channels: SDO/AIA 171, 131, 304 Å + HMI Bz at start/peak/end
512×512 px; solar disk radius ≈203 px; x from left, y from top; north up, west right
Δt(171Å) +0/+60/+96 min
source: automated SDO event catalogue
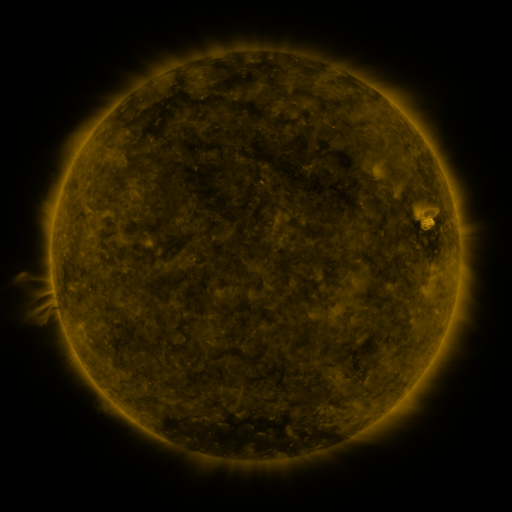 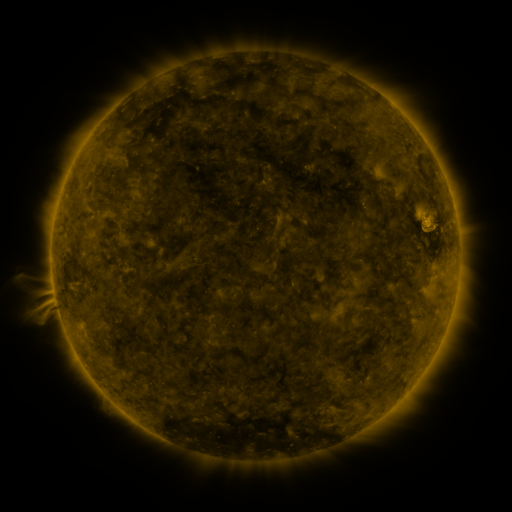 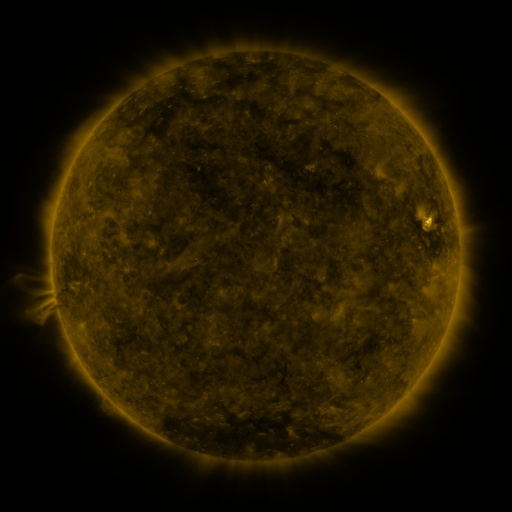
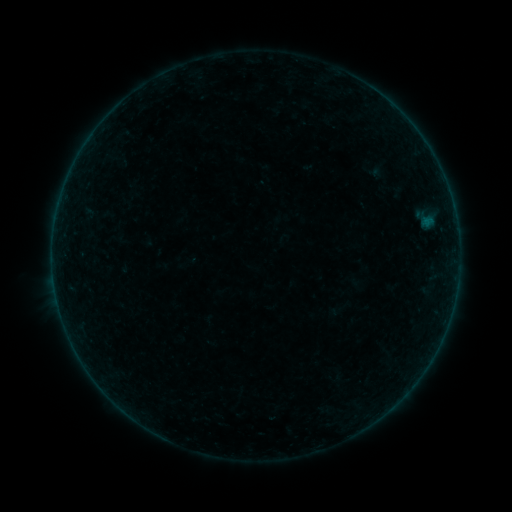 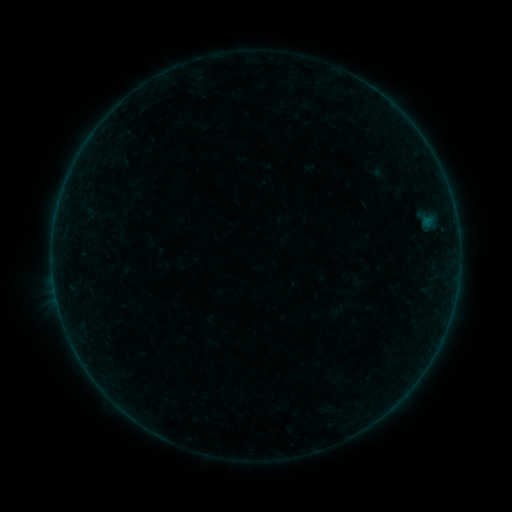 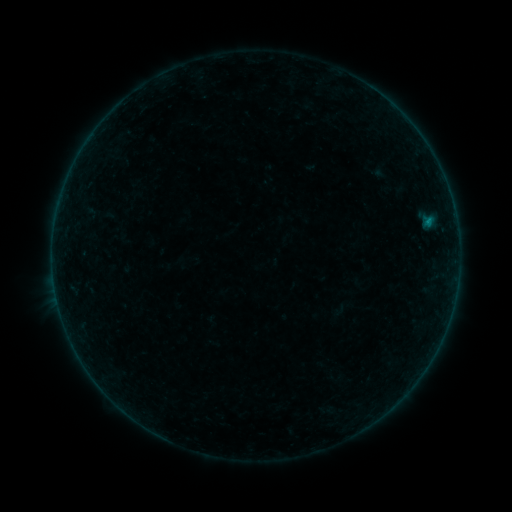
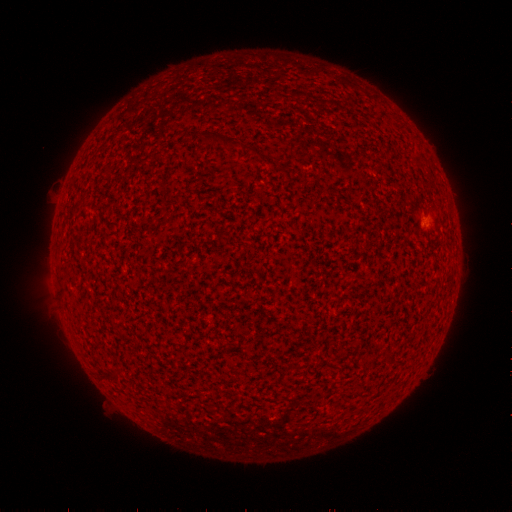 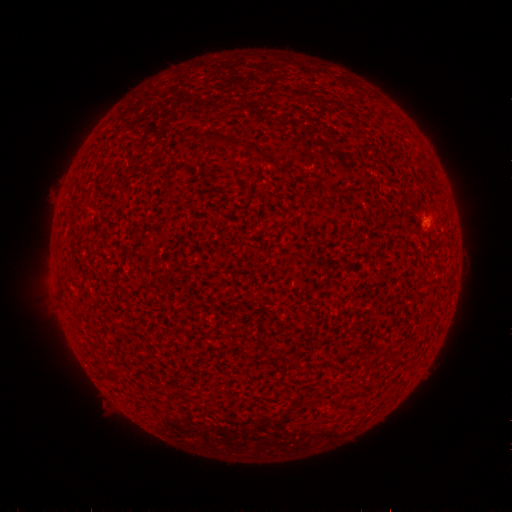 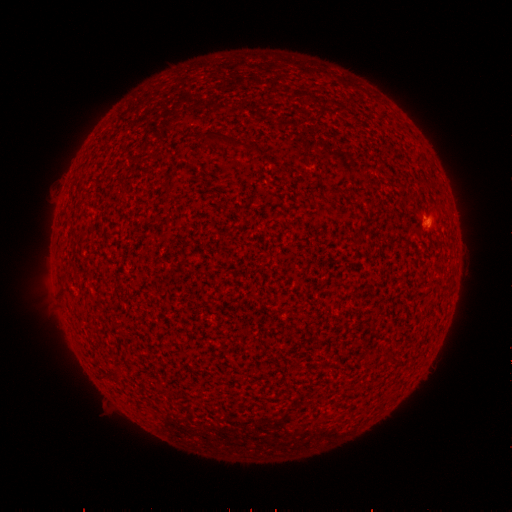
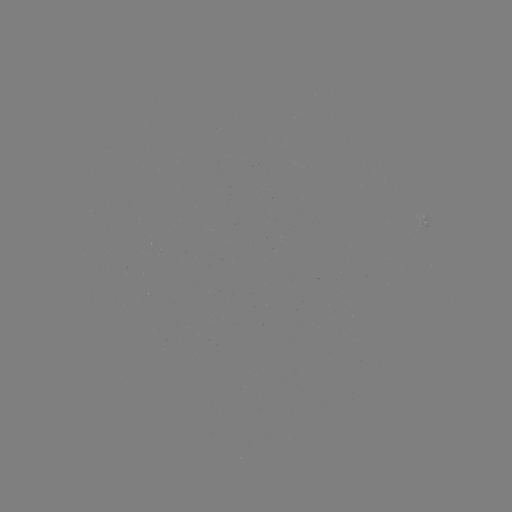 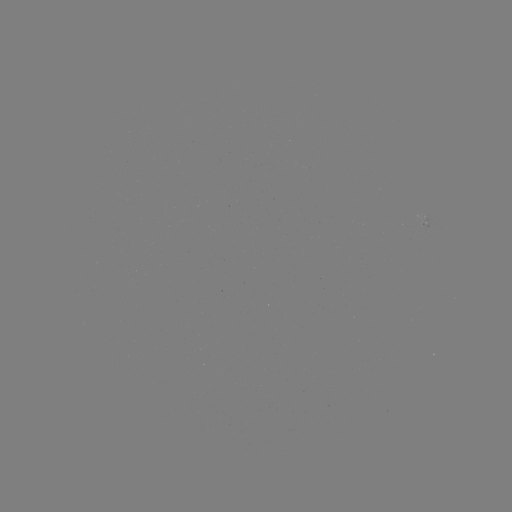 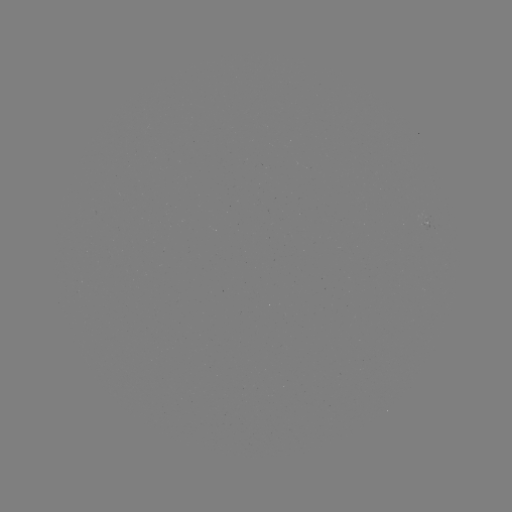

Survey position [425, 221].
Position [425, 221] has emerging-flux region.